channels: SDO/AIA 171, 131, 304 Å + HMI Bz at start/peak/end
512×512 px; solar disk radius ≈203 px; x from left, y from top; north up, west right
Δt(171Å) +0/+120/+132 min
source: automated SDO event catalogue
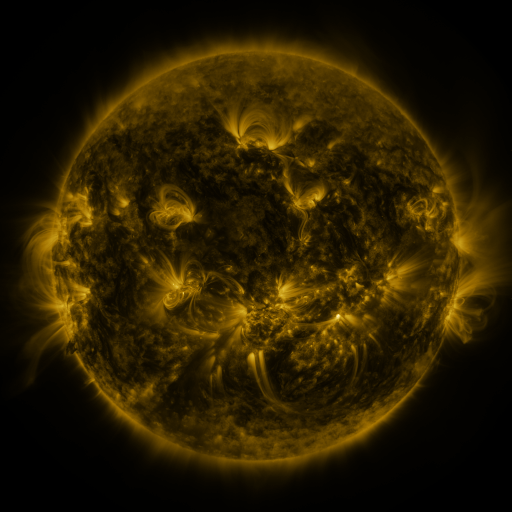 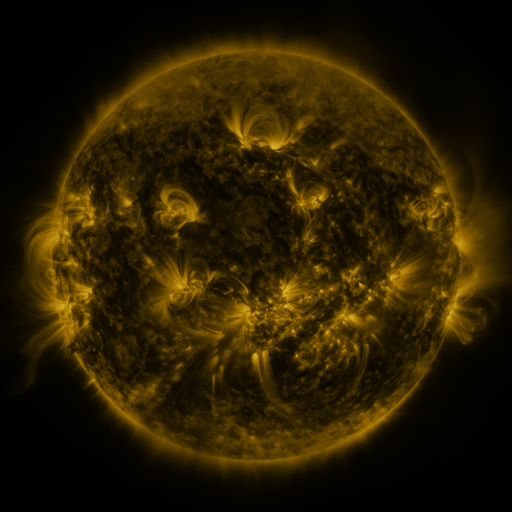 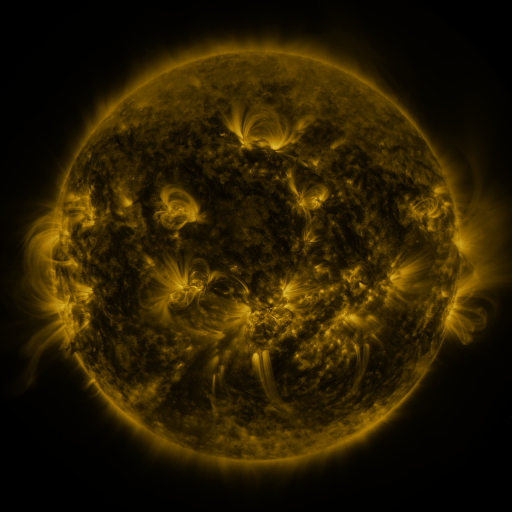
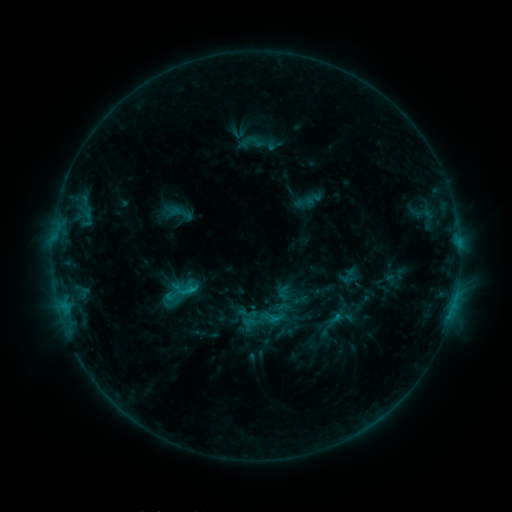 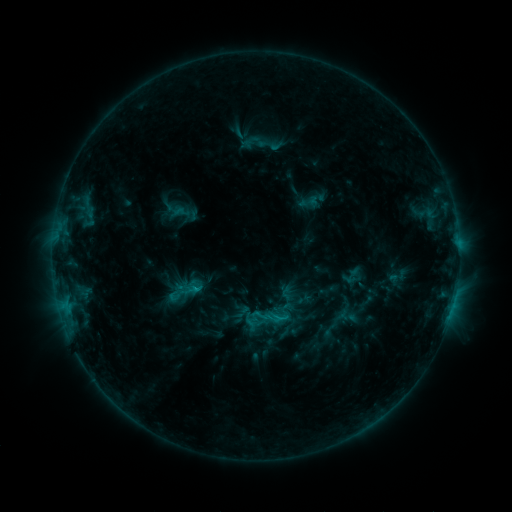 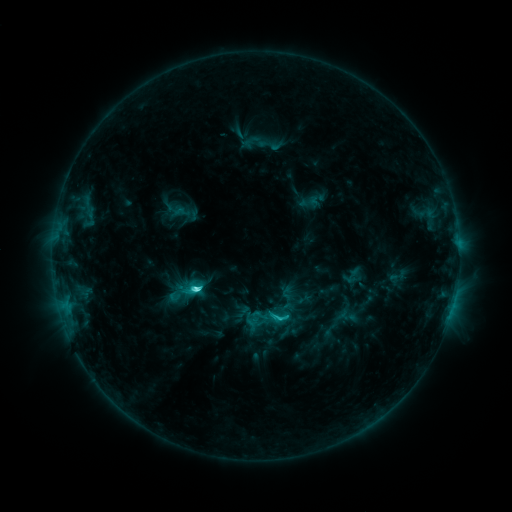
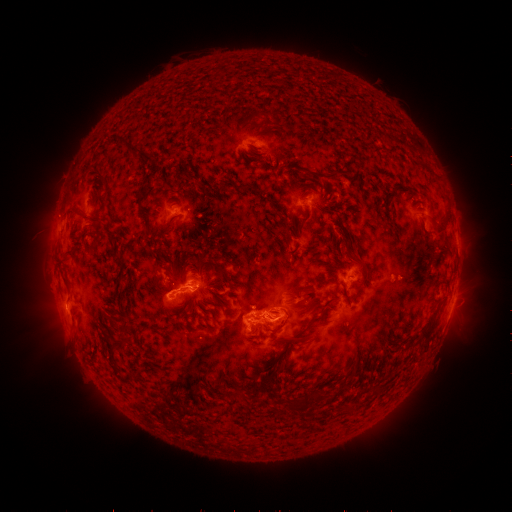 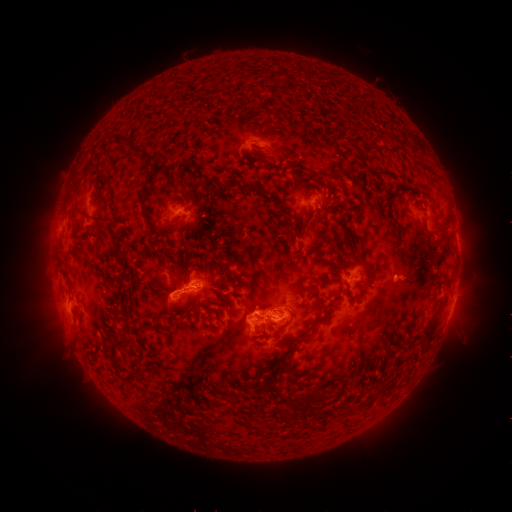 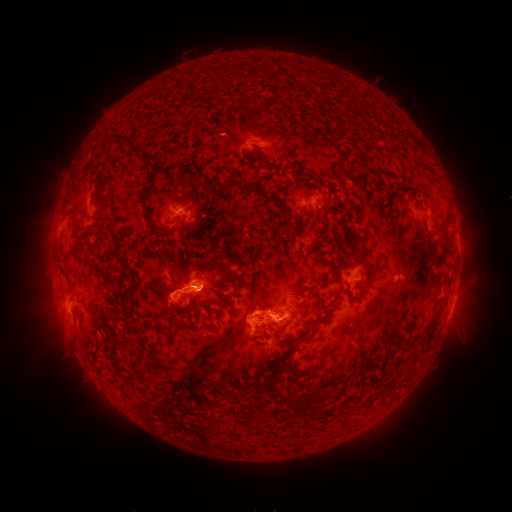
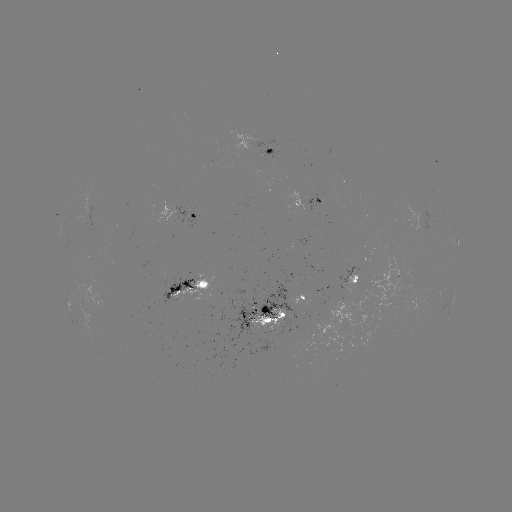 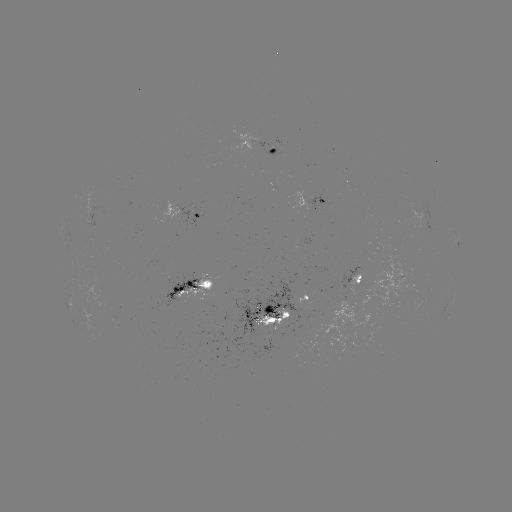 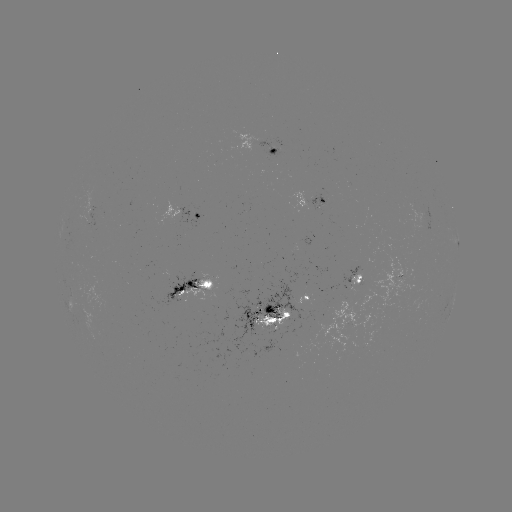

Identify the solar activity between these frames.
emerging-flux region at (308, 299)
